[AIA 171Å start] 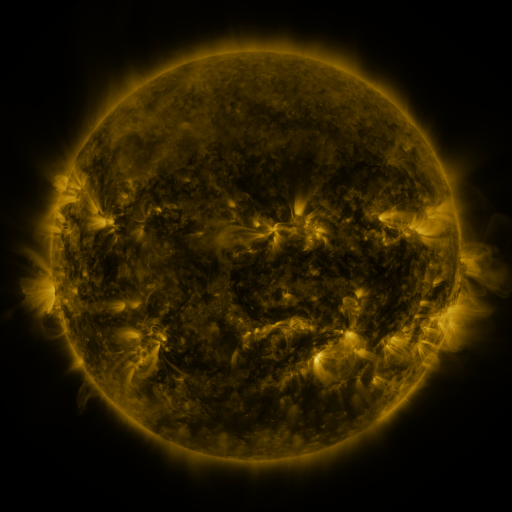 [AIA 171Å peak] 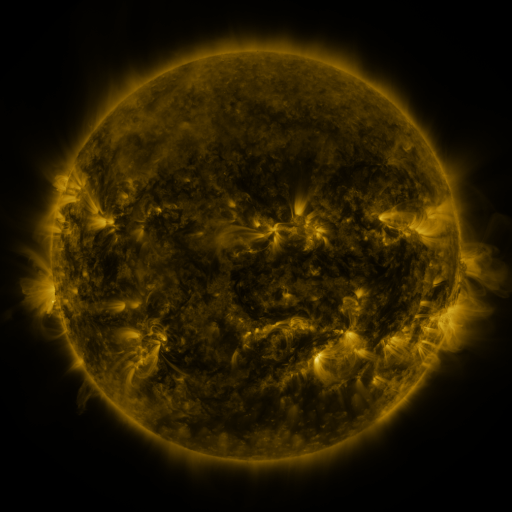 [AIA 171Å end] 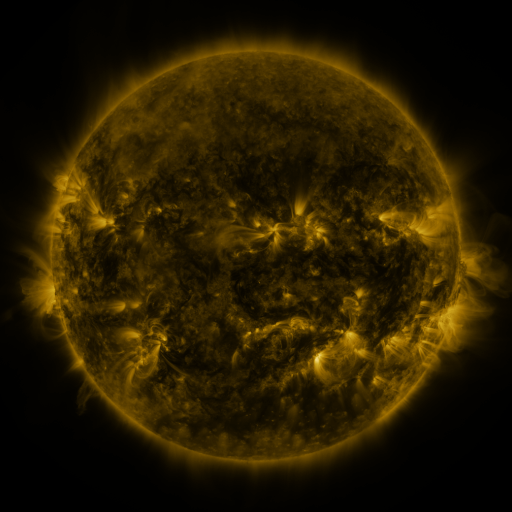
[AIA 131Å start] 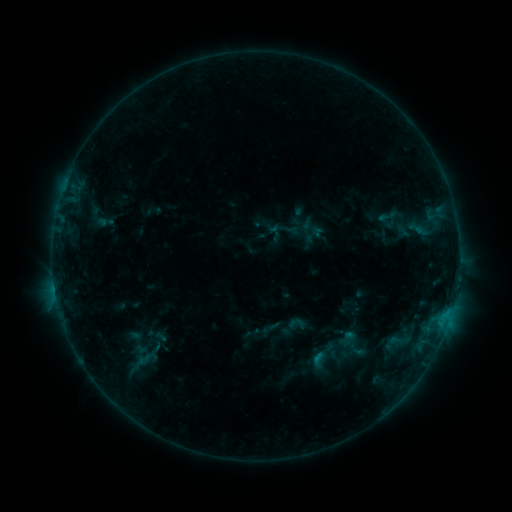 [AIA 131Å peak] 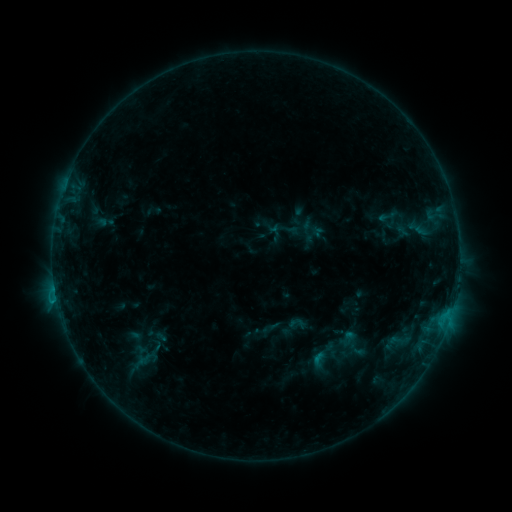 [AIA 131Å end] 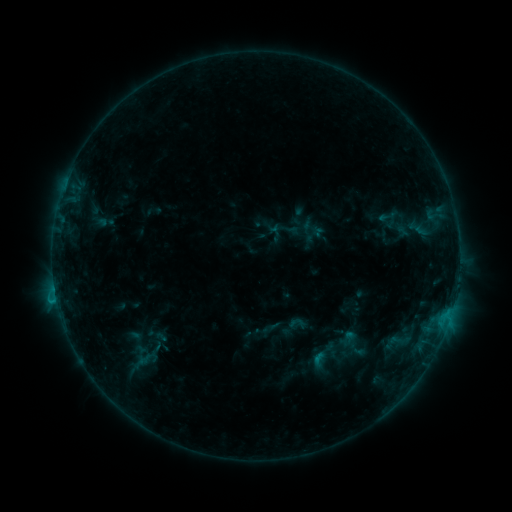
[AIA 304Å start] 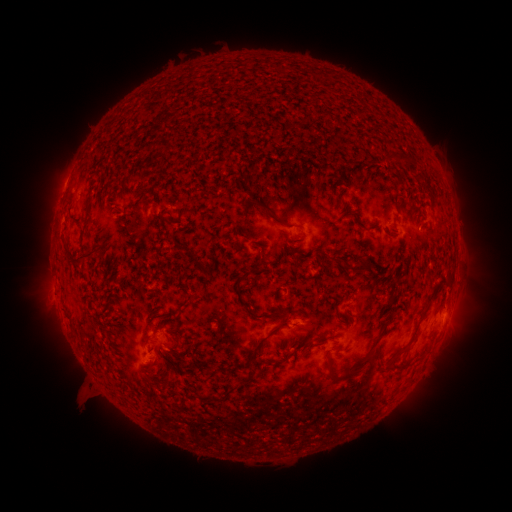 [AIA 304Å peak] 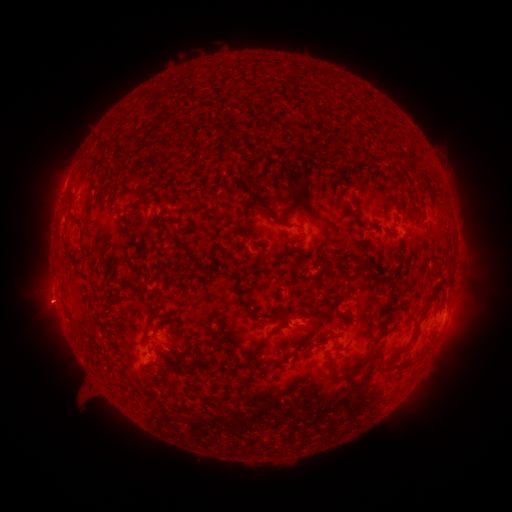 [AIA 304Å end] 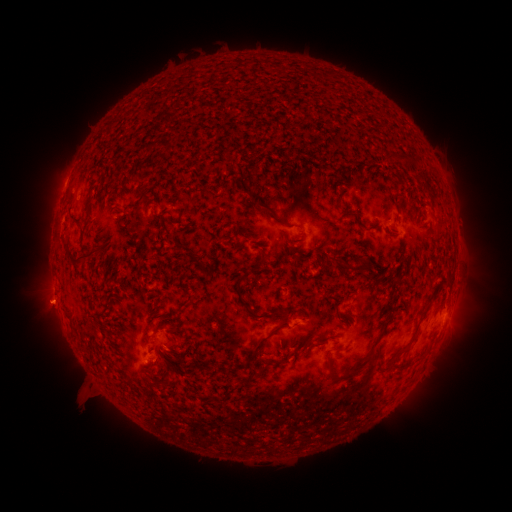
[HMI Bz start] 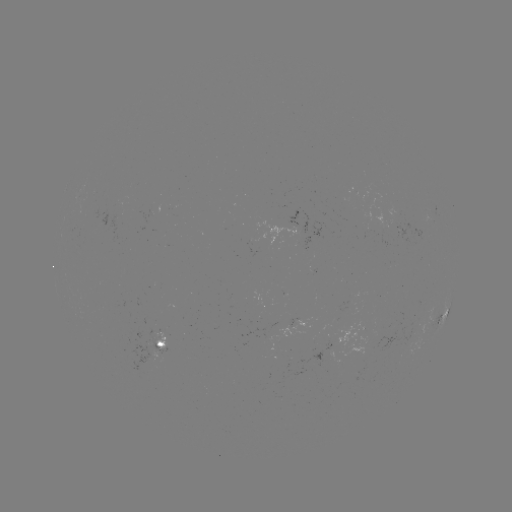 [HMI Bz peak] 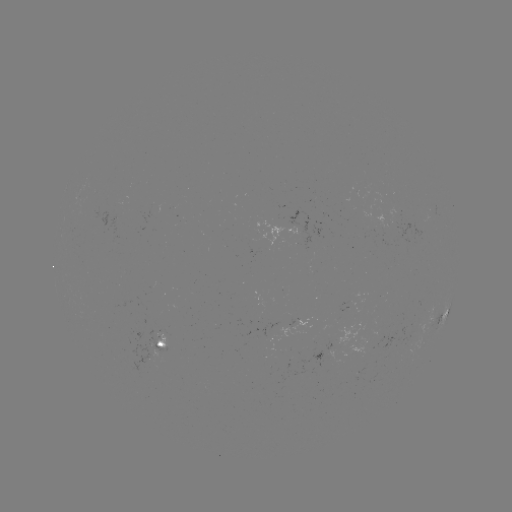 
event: eruption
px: (50, 303)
